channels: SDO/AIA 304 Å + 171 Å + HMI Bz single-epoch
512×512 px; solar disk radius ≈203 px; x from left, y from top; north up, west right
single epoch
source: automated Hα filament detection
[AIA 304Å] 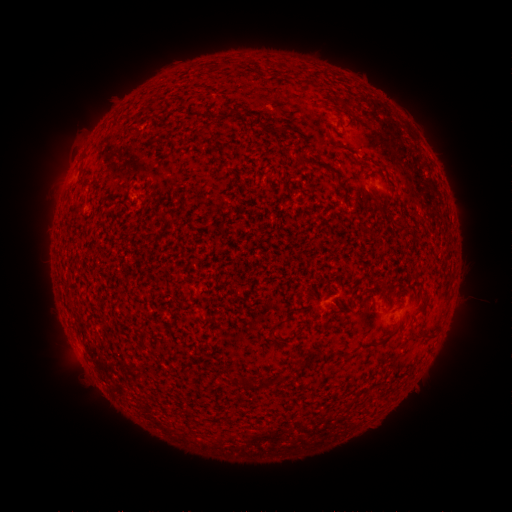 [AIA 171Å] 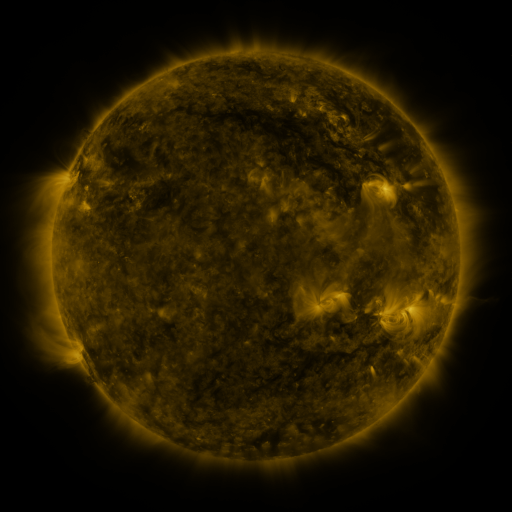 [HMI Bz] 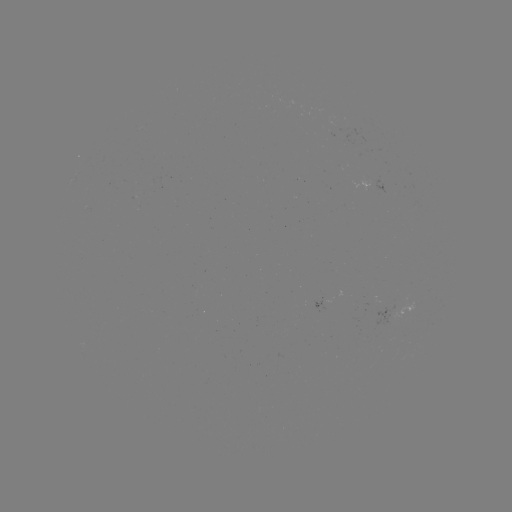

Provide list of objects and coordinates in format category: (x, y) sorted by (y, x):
filament: (338, 145)
filament: (323, 166)
filament: (341, 187)
filament: (421, 340)
filament: (259, 381)
filament: (243, 382)
